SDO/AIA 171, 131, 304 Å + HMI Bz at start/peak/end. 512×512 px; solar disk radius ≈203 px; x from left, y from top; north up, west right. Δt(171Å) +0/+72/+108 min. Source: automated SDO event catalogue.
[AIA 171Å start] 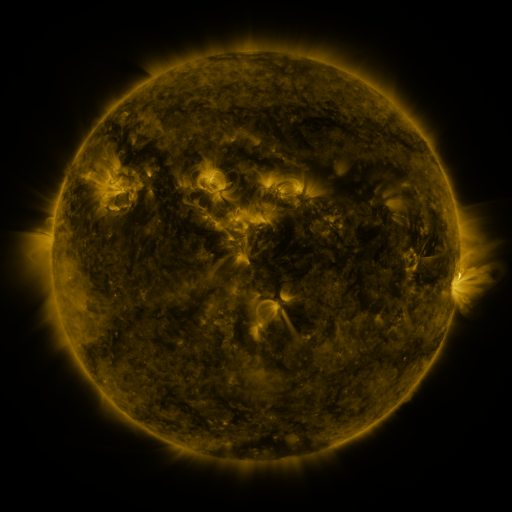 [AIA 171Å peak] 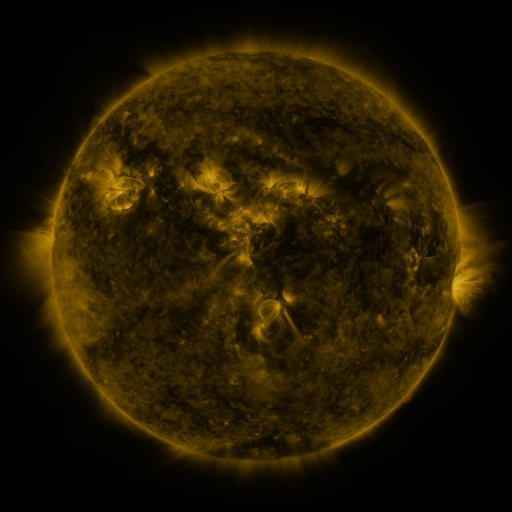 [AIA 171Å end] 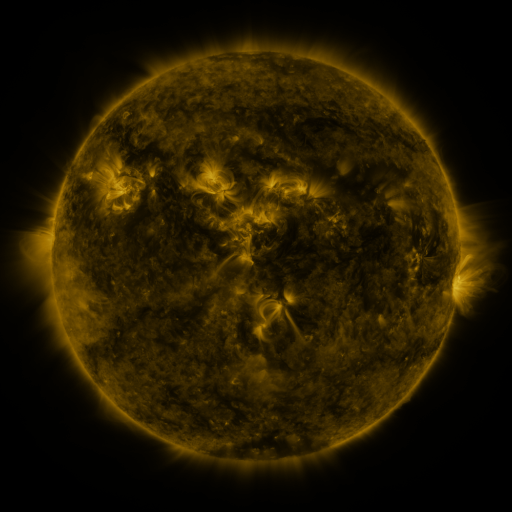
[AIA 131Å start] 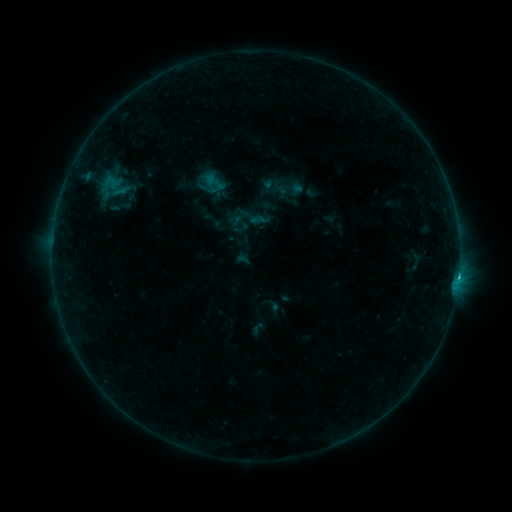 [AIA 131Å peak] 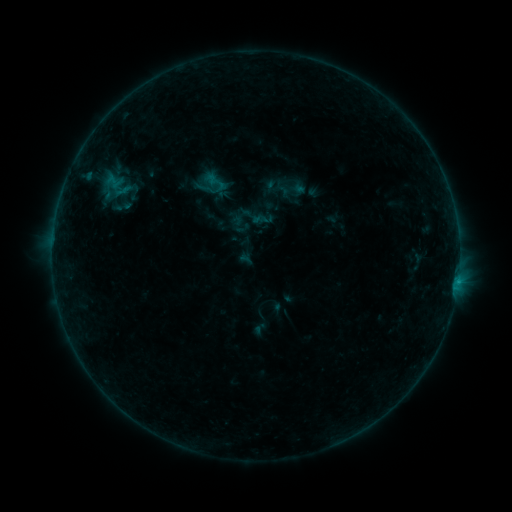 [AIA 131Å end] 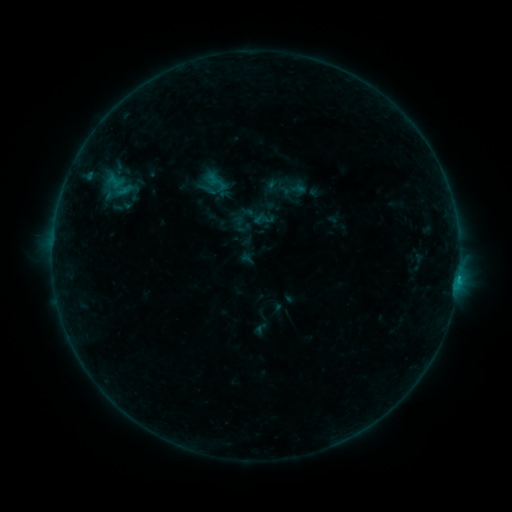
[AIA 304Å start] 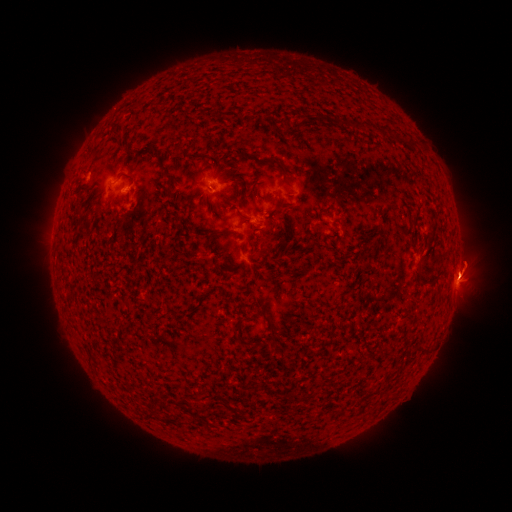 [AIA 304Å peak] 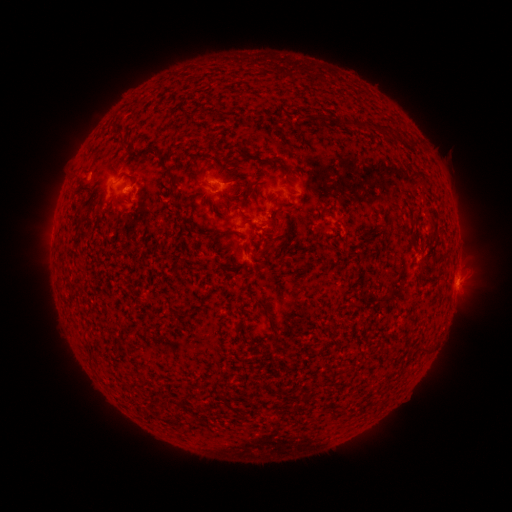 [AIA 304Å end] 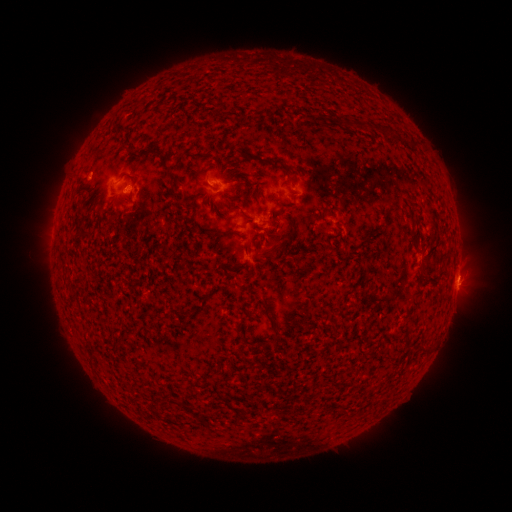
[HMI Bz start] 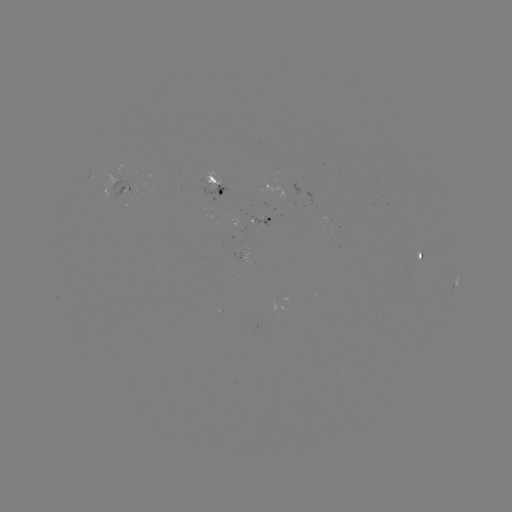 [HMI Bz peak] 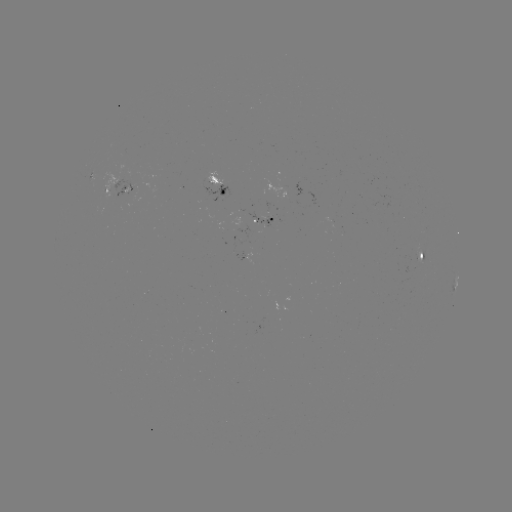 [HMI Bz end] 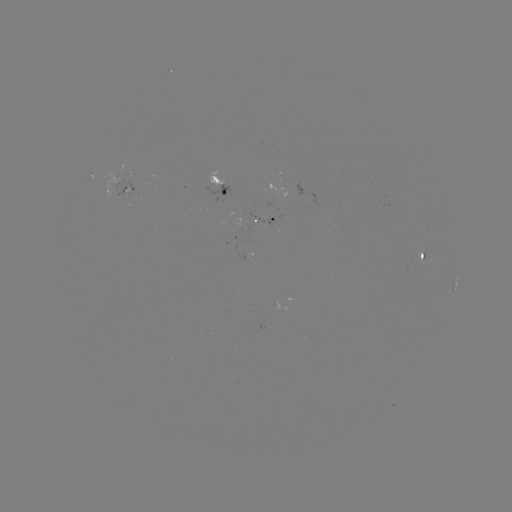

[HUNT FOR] emerging-flux region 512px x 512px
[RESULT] (266, 217)